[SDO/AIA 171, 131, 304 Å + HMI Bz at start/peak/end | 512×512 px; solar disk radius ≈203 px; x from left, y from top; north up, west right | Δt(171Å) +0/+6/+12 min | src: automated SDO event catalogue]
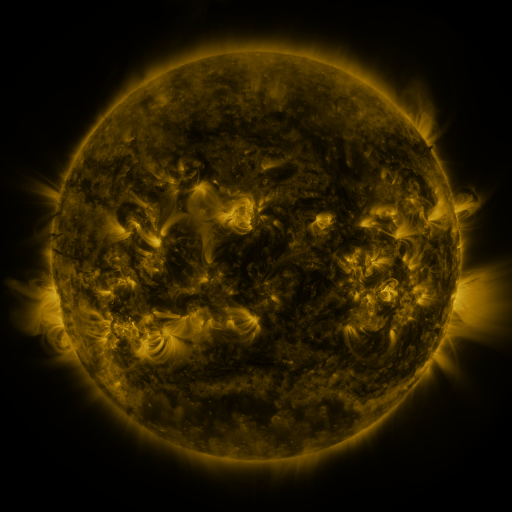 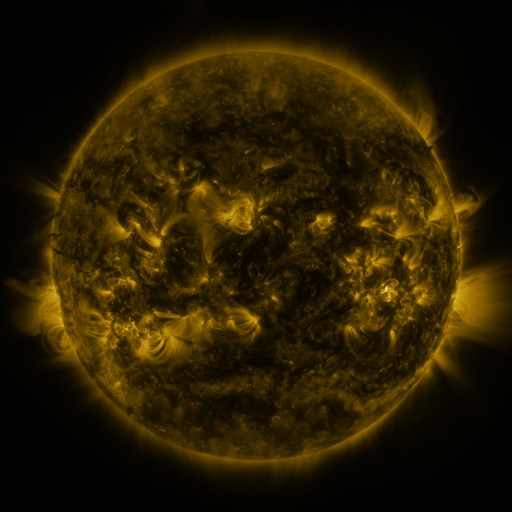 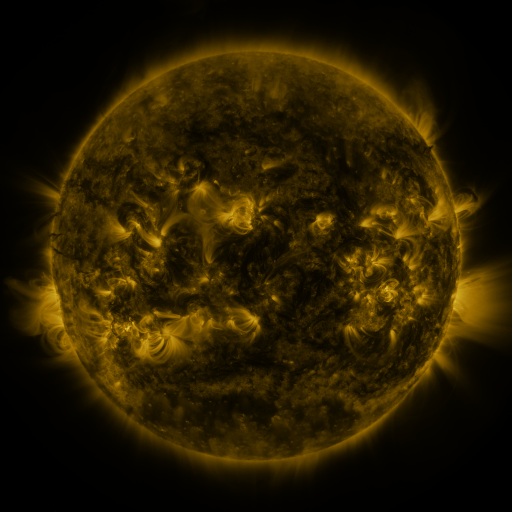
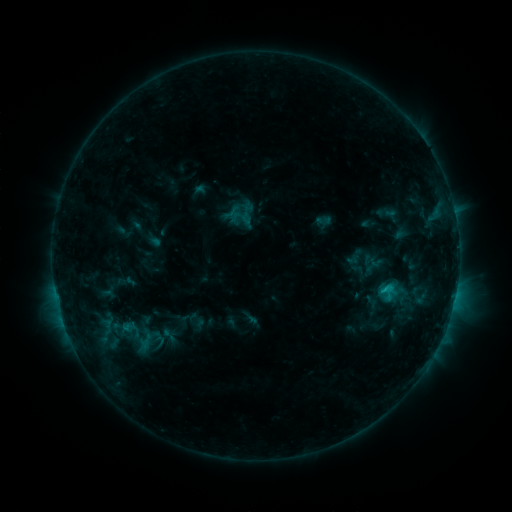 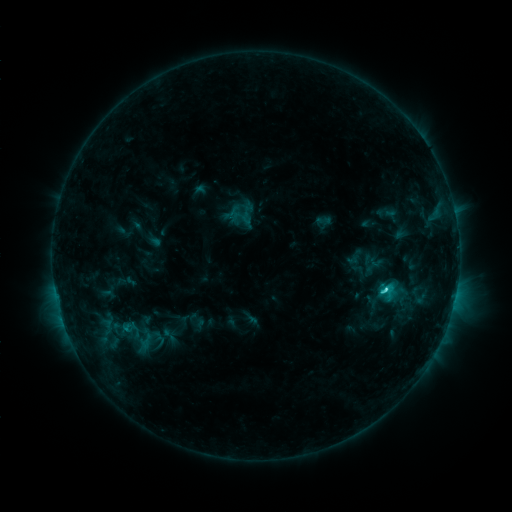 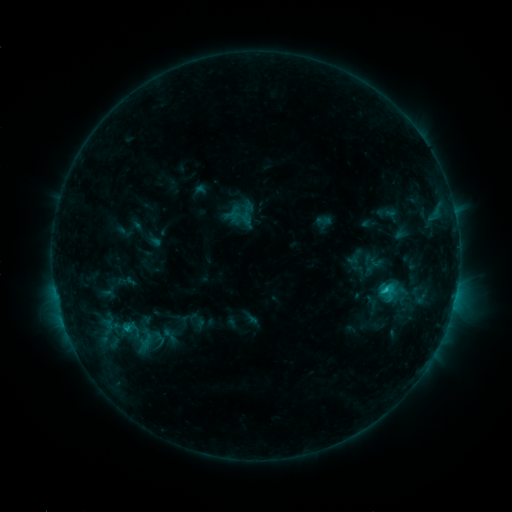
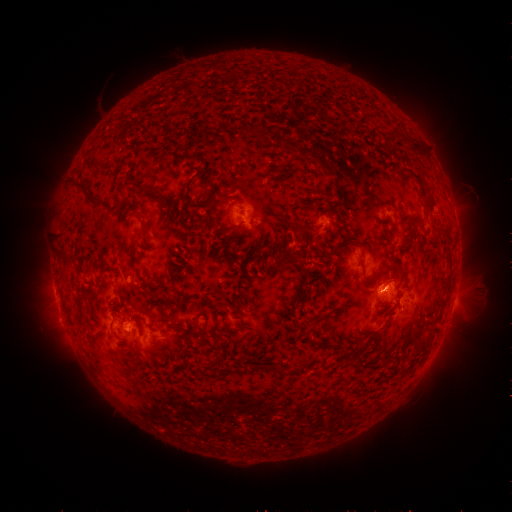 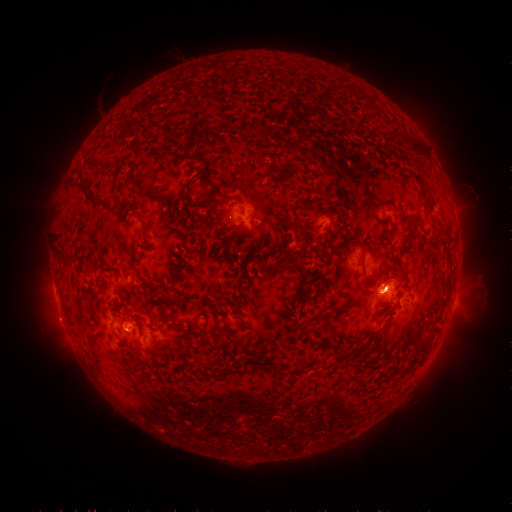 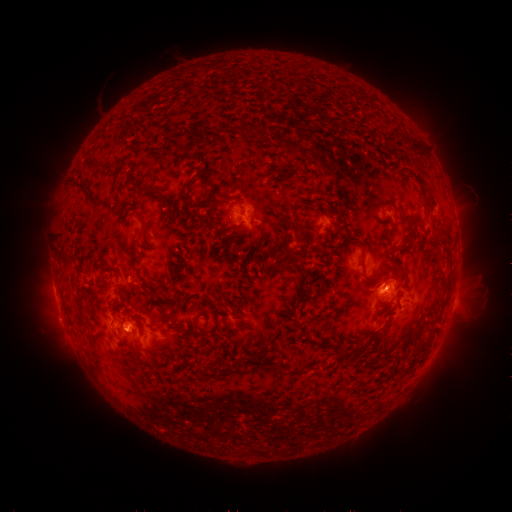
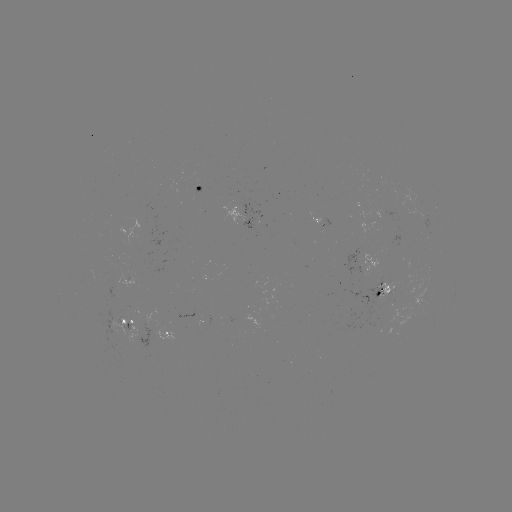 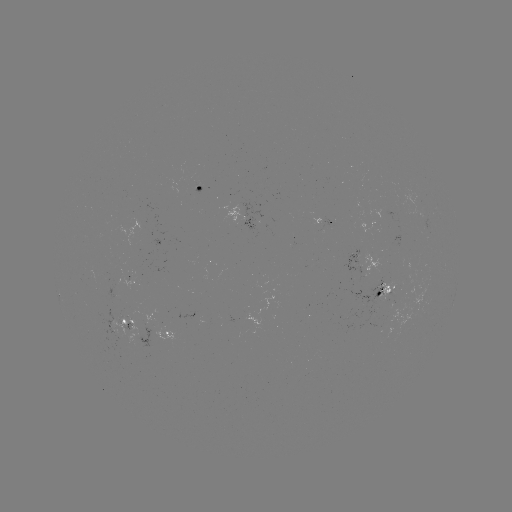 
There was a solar flare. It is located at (384, 288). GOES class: C2.4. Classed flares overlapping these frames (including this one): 1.